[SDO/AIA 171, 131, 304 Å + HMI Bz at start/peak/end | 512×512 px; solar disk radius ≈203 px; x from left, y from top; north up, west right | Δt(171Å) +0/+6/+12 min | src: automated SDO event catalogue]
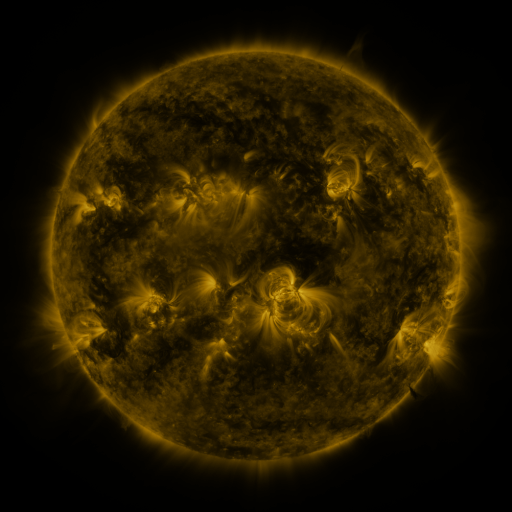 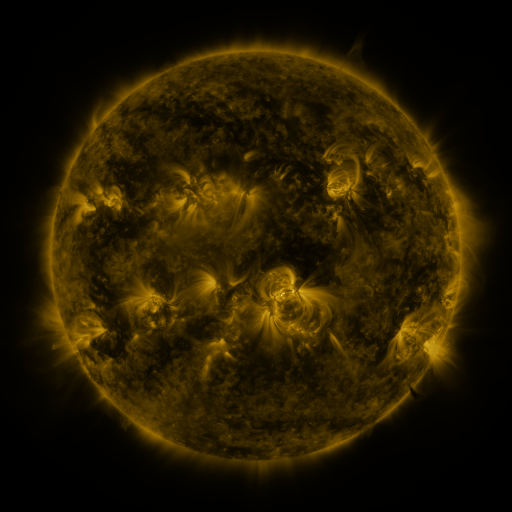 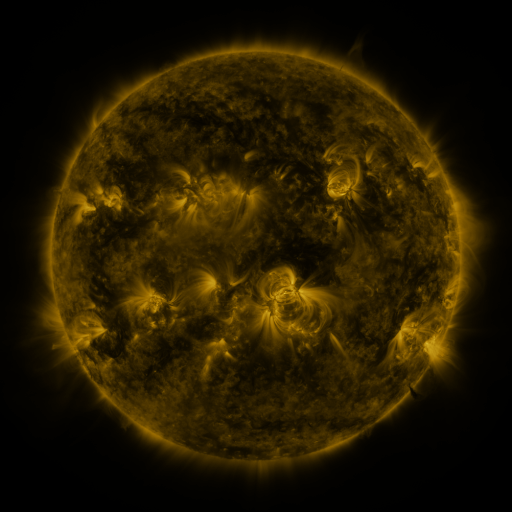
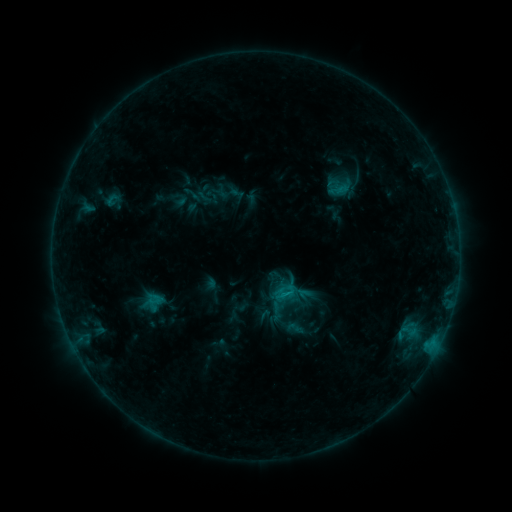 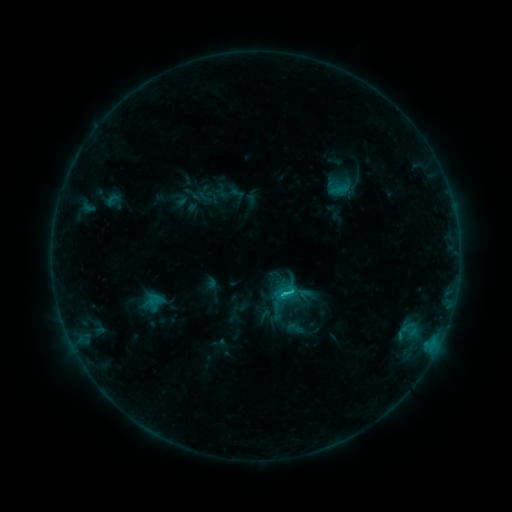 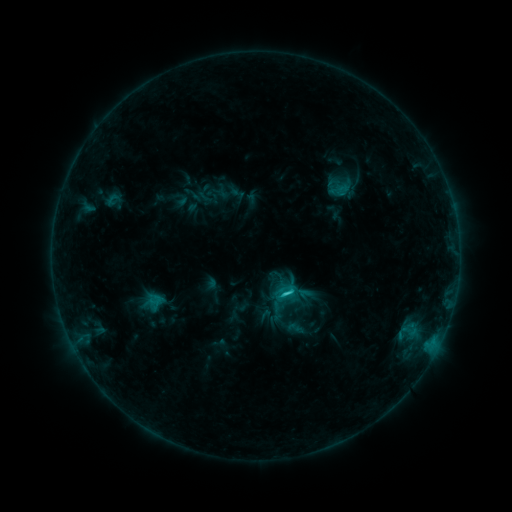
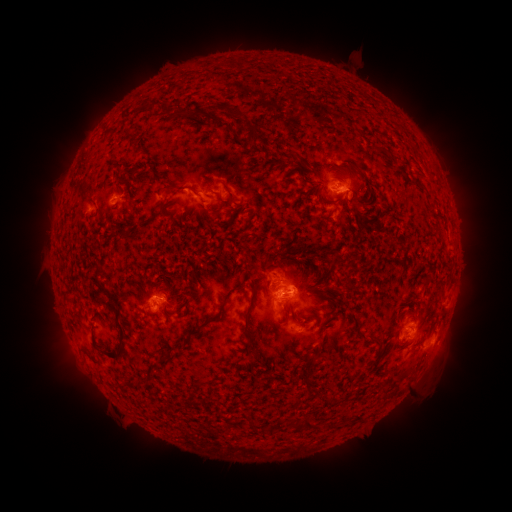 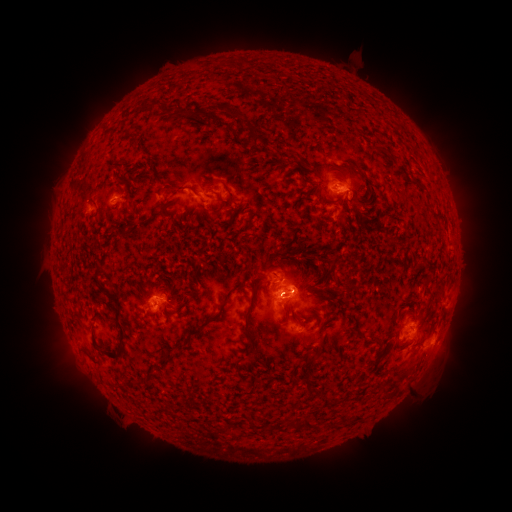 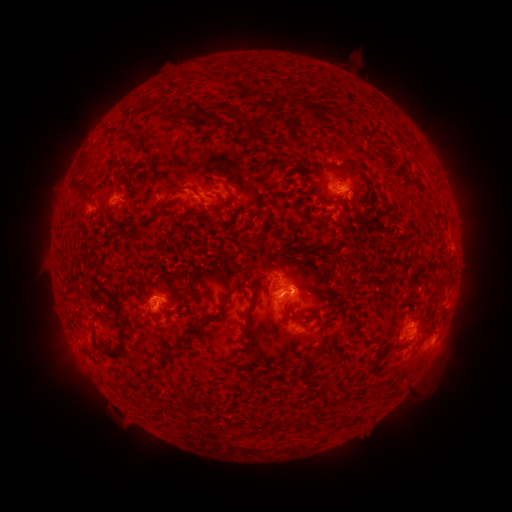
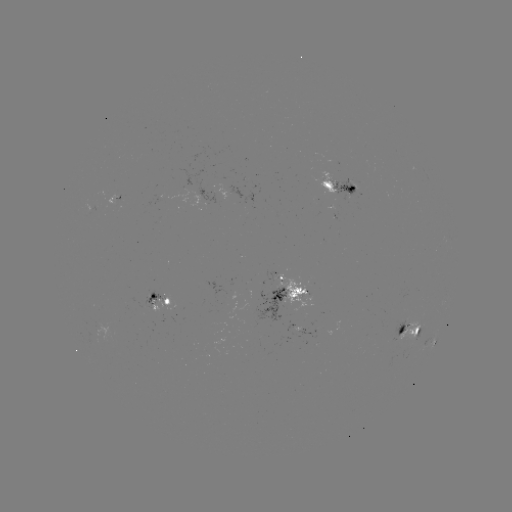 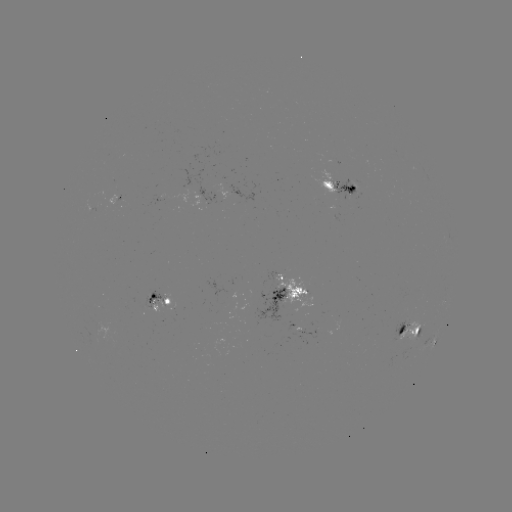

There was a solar flare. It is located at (280, 291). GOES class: C1.8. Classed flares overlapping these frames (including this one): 1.